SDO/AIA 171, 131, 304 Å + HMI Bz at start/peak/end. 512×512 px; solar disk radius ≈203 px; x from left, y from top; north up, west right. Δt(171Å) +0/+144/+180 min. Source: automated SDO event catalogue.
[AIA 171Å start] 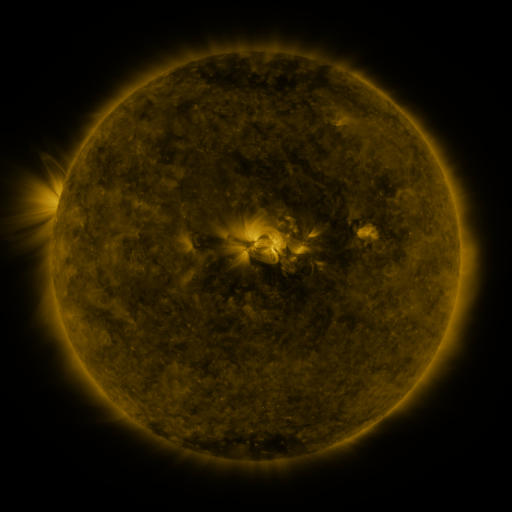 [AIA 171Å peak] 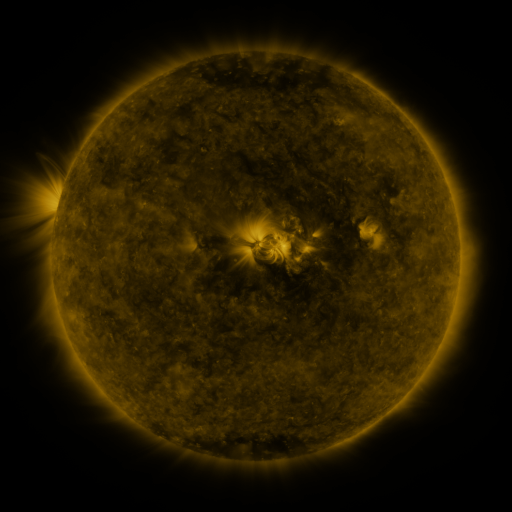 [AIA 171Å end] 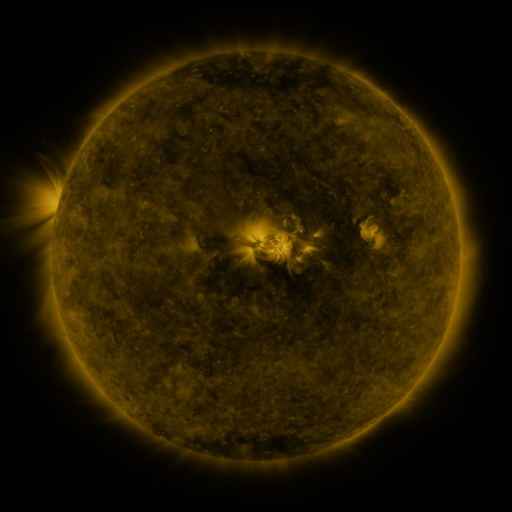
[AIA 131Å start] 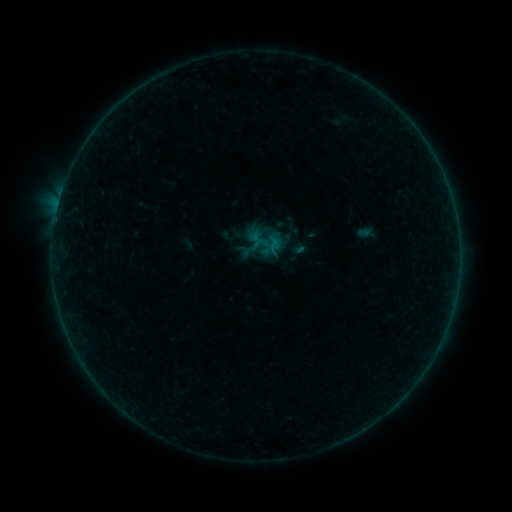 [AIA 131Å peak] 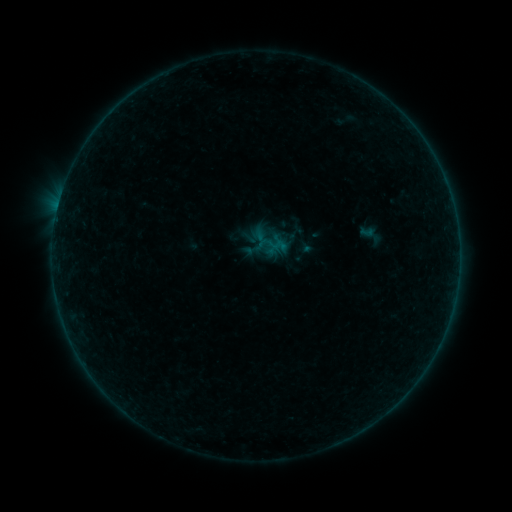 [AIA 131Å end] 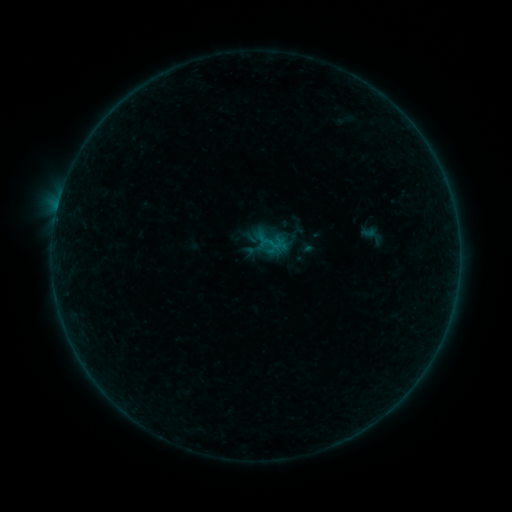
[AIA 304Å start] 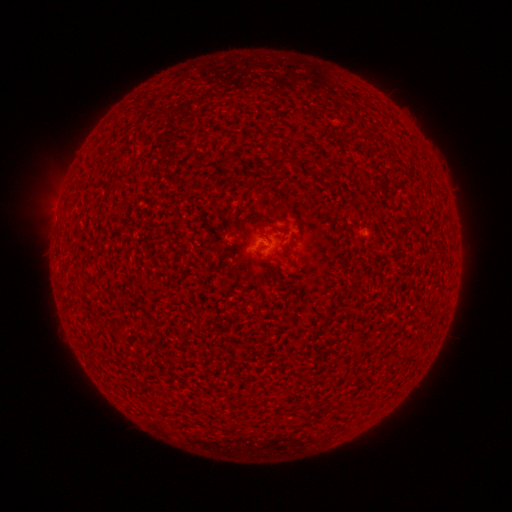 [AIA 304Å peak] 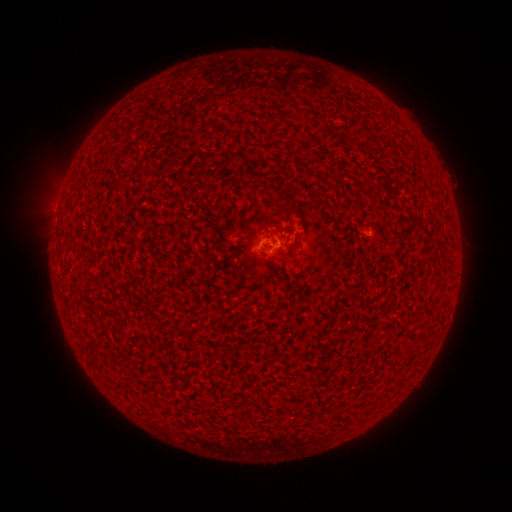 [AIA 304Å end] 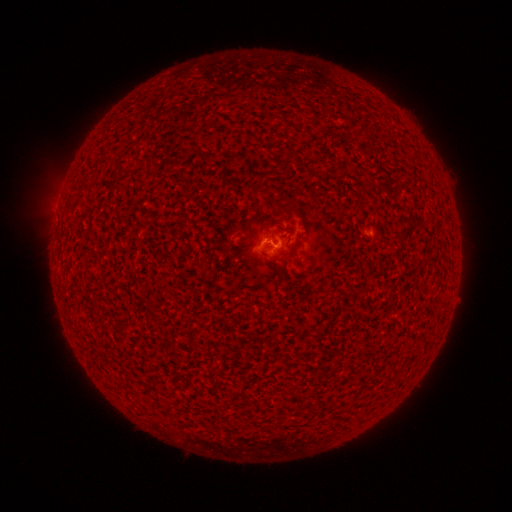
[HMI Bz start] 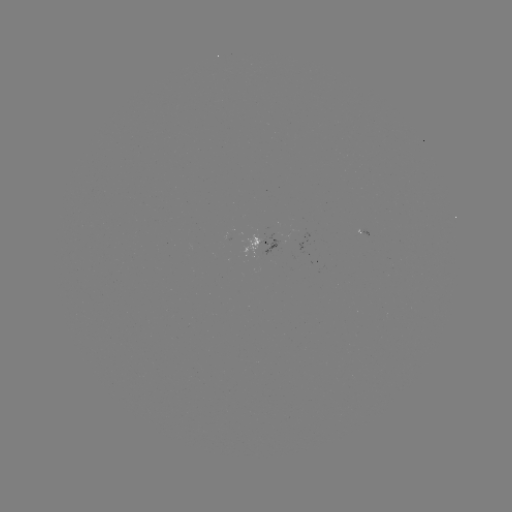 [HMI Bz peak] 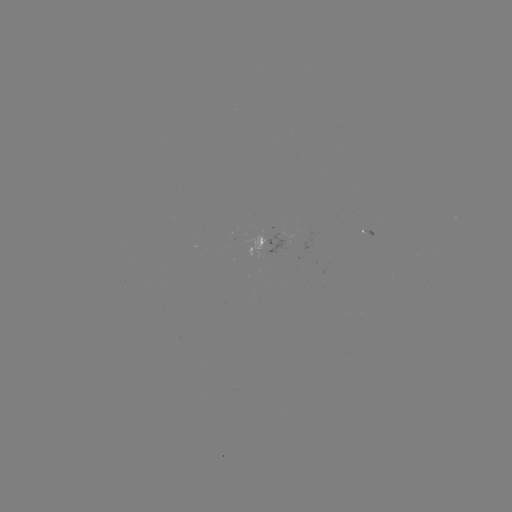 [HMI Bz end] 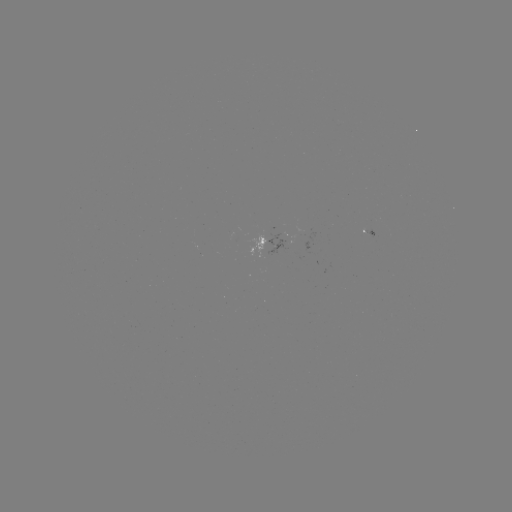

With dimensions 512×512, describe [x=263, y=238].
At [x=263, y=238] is emerging-flux region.